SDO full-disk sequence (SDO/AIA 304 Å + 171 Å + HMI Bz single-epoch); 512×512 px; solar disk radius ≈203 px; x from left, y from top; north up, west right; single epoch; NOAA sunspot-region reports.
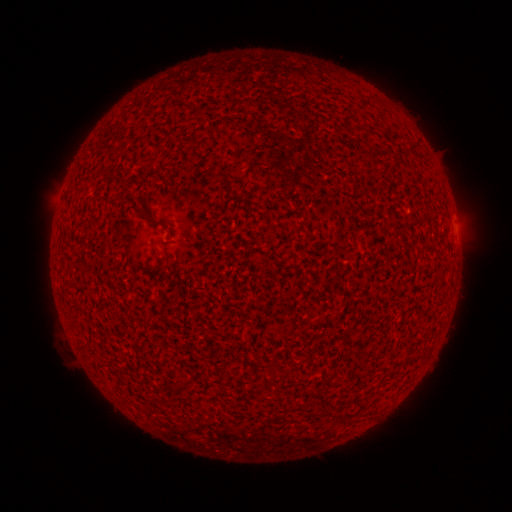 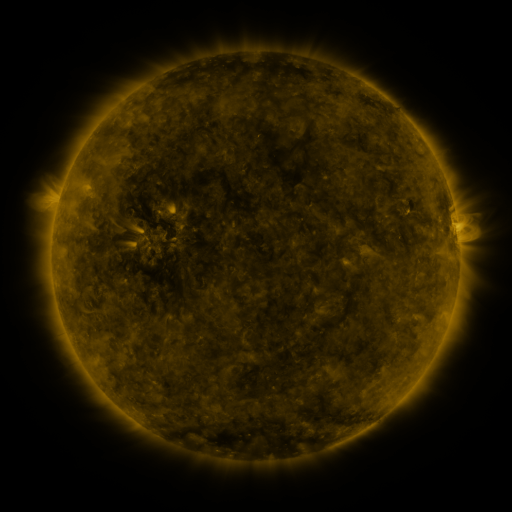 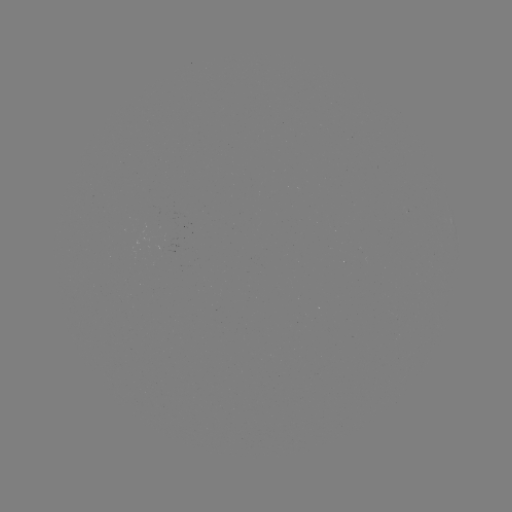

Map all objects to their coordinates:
(none)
